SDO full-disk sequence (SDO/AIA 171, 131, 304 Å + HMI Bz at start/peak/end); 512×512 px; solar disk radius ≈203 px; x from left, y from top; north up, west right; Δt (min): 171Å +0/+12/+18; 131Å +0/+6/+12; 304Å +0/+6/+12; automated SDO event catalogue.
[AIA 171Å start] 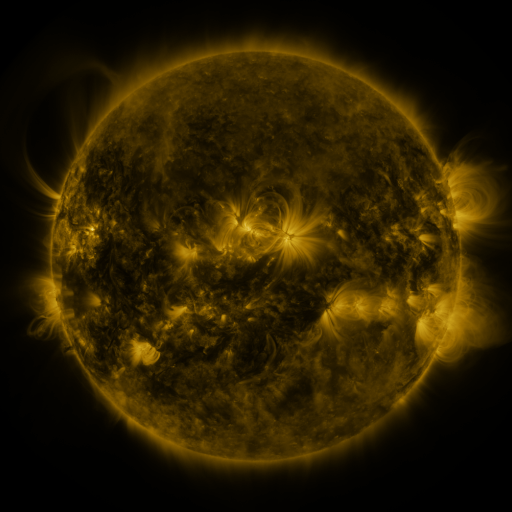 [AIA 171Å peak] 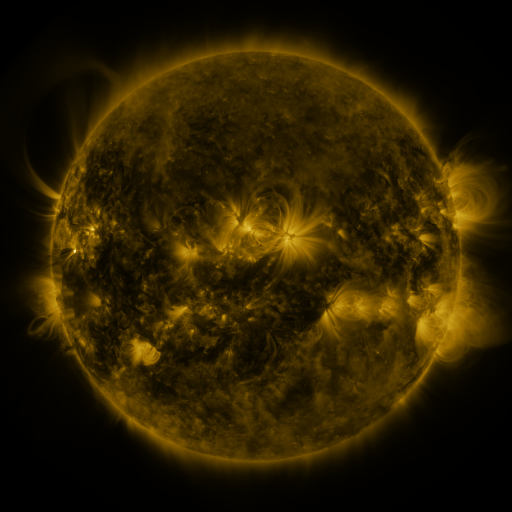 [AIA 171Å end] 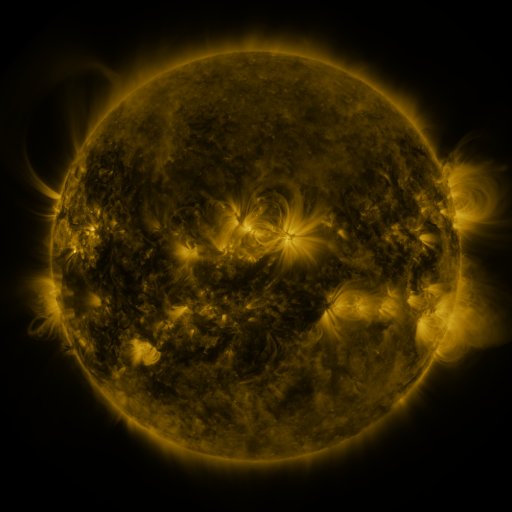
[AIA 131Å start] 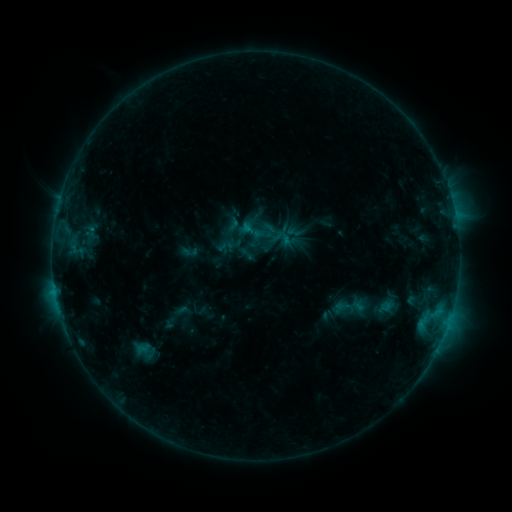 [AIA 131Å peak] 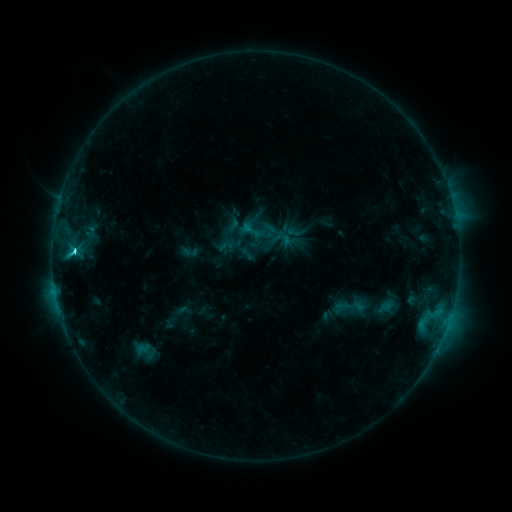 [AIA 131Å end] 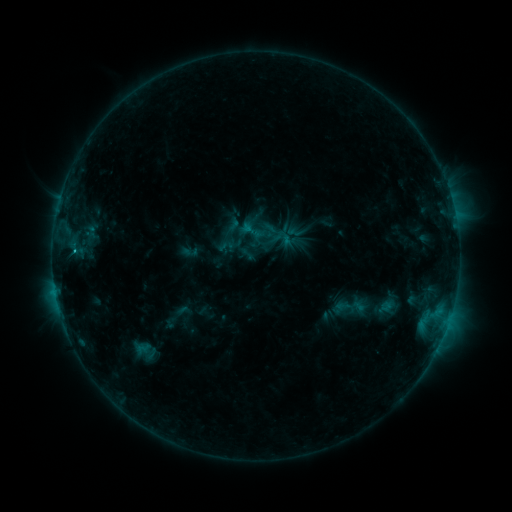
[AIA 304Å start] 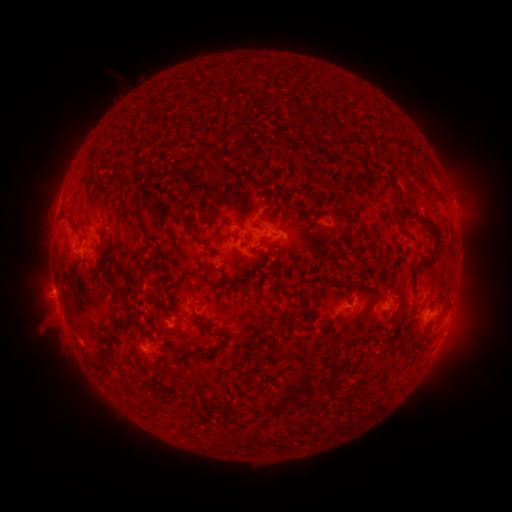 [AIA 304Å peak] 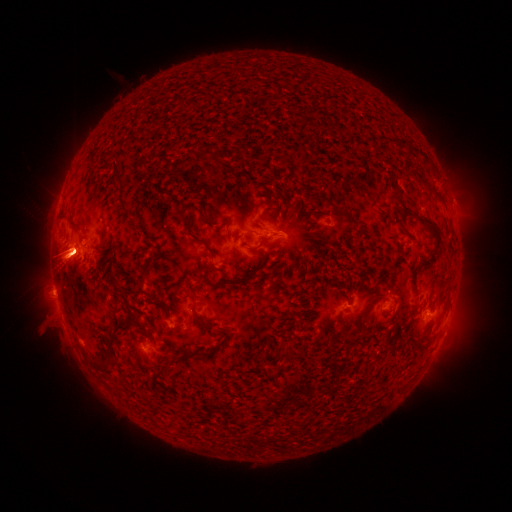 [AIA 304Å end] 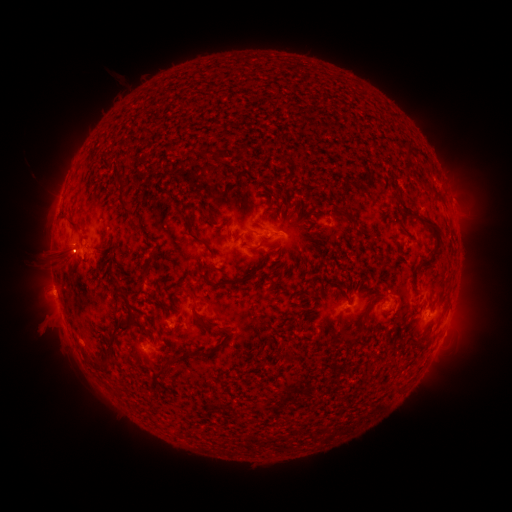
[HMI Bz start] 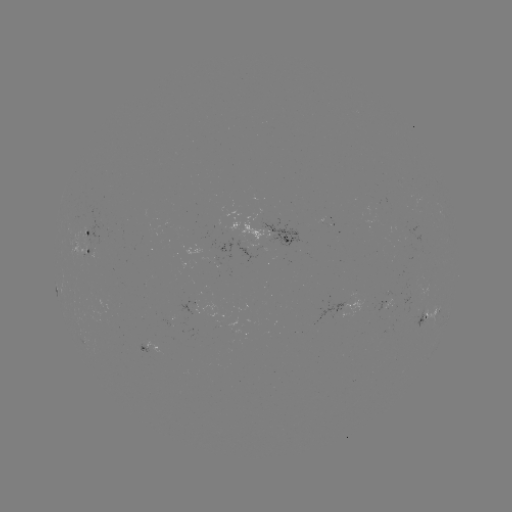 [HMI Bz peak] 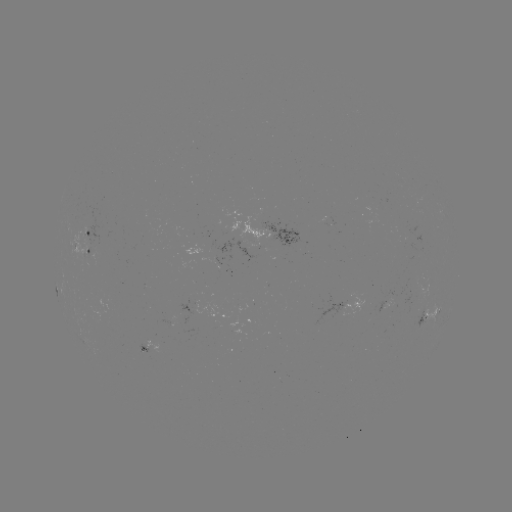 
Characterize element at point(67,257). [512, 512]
eruption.